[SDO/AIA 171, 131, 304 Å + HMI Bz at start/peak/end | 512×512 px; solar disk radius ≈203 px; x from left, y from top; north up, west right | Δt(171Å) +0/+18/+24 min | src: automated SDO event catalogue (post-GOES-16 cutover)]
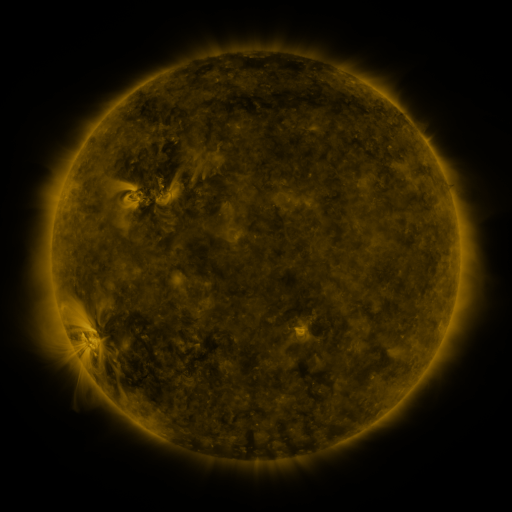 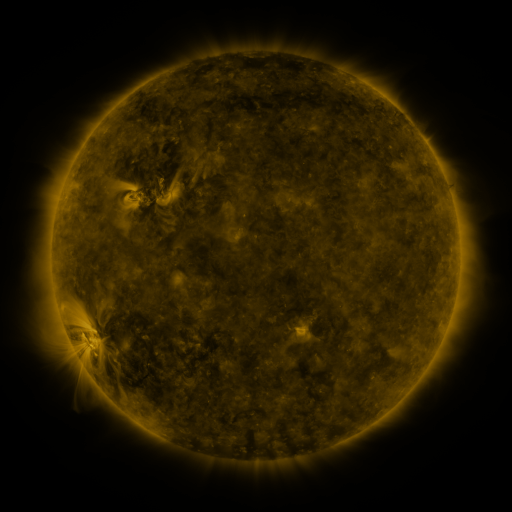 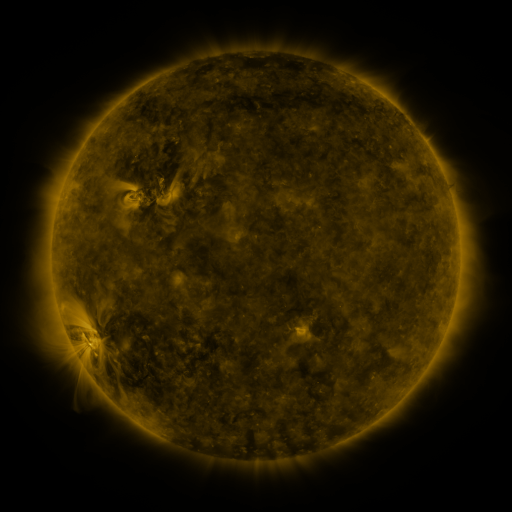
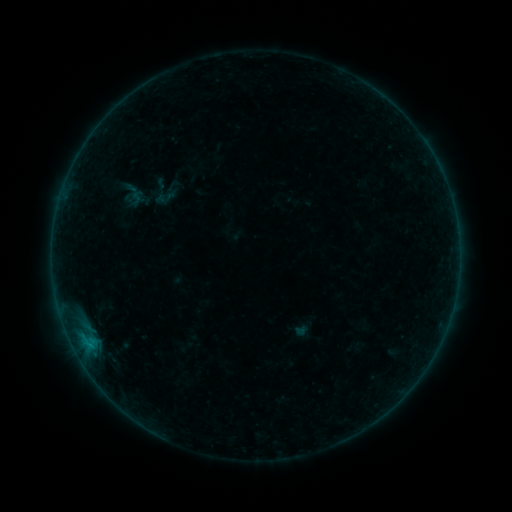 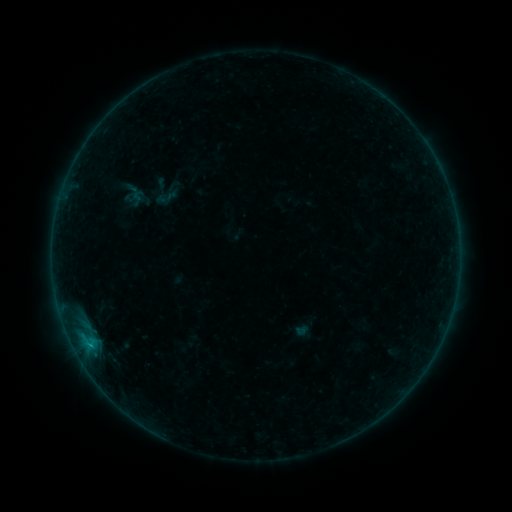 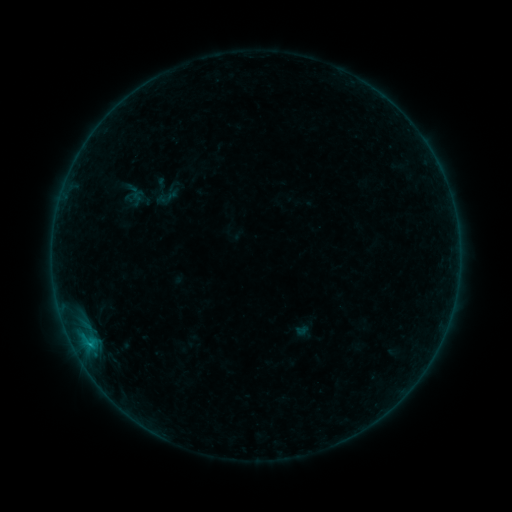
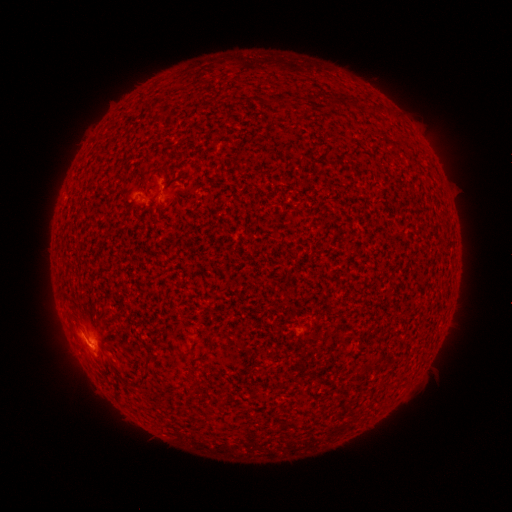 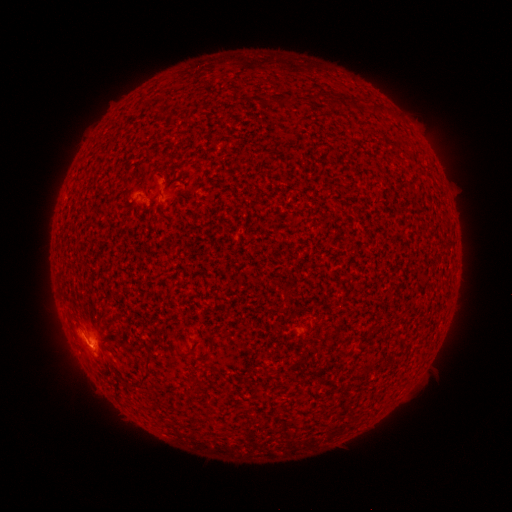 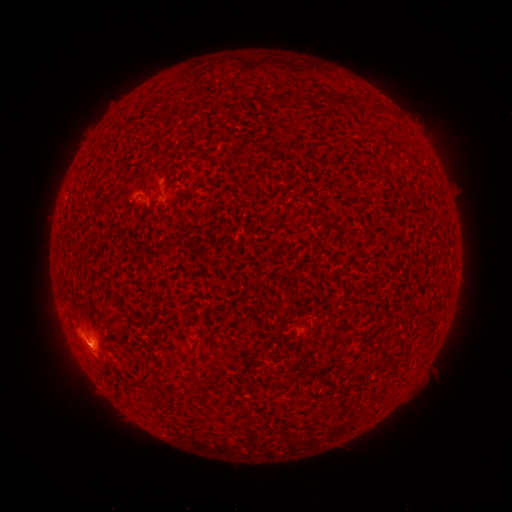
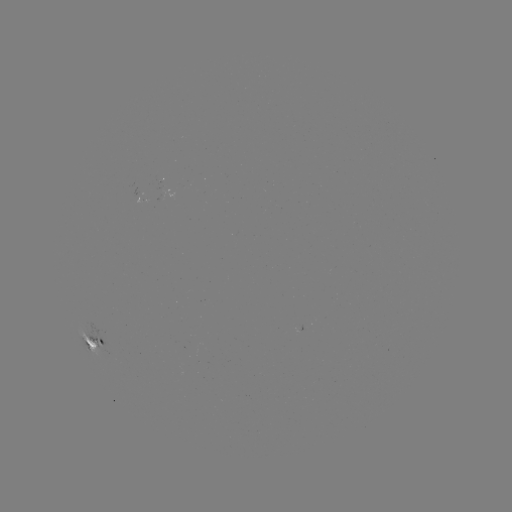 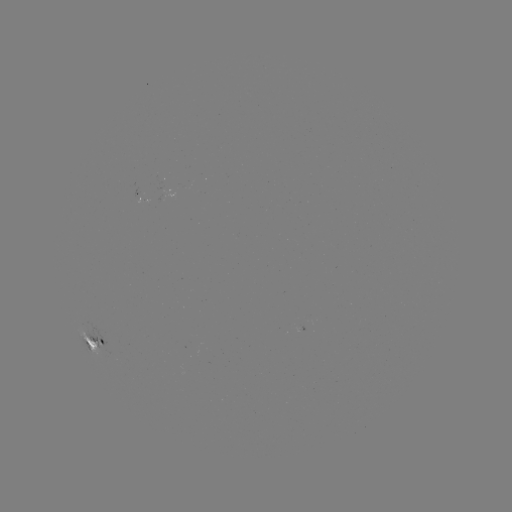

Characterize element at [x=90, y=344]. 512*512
B4.5 flare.